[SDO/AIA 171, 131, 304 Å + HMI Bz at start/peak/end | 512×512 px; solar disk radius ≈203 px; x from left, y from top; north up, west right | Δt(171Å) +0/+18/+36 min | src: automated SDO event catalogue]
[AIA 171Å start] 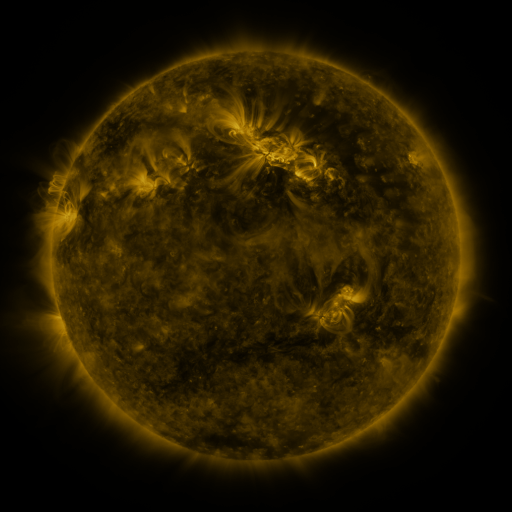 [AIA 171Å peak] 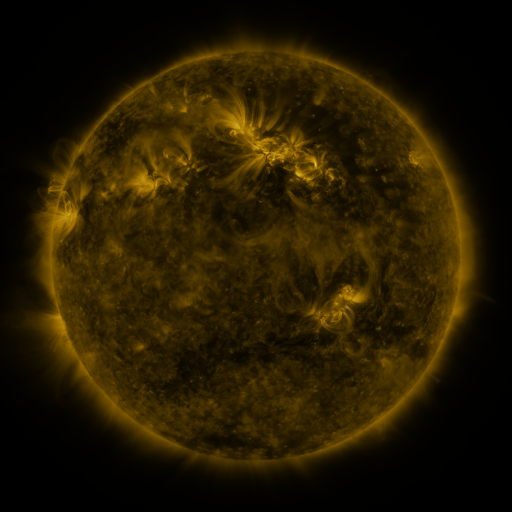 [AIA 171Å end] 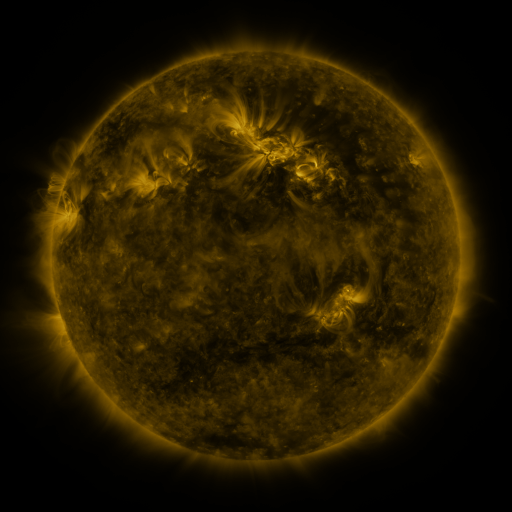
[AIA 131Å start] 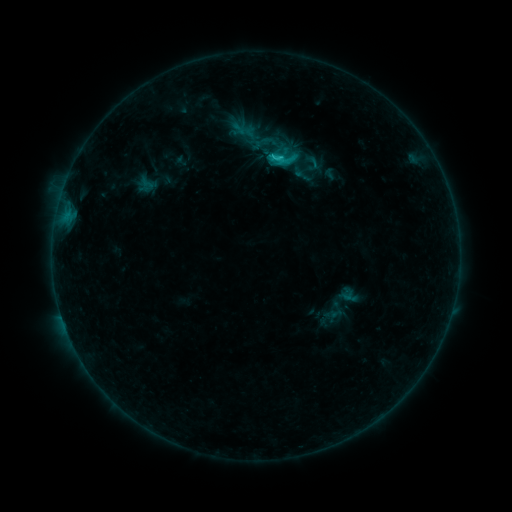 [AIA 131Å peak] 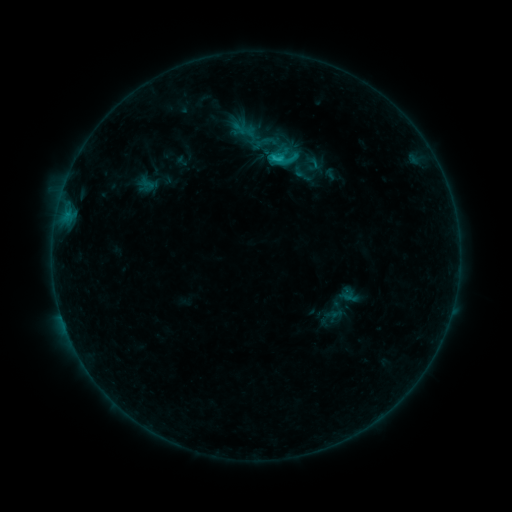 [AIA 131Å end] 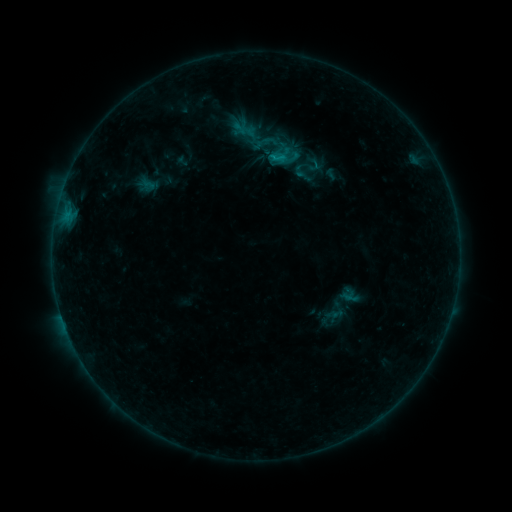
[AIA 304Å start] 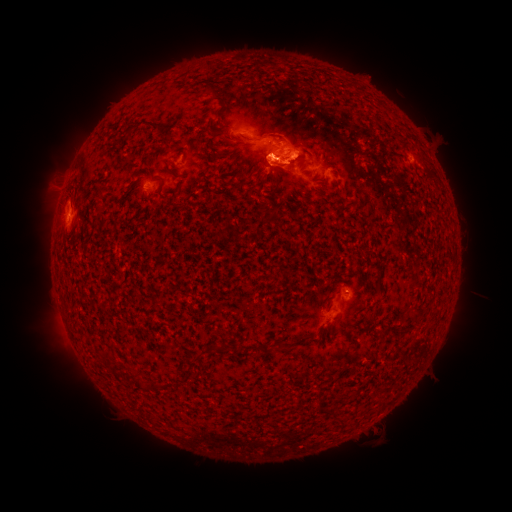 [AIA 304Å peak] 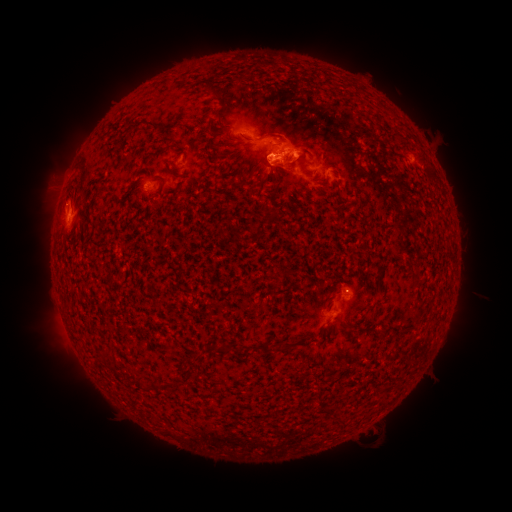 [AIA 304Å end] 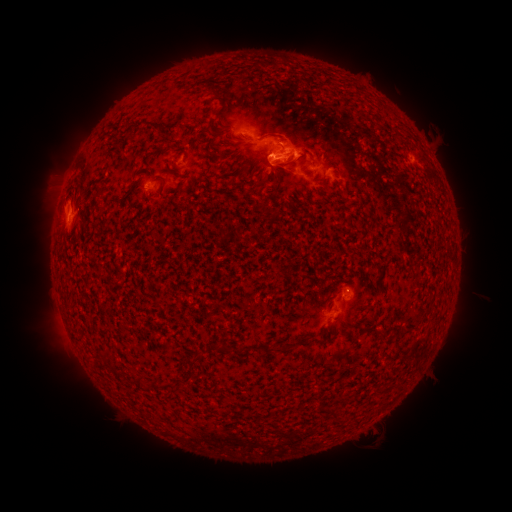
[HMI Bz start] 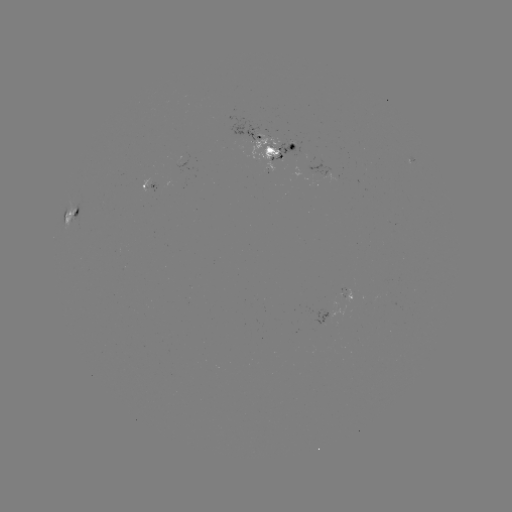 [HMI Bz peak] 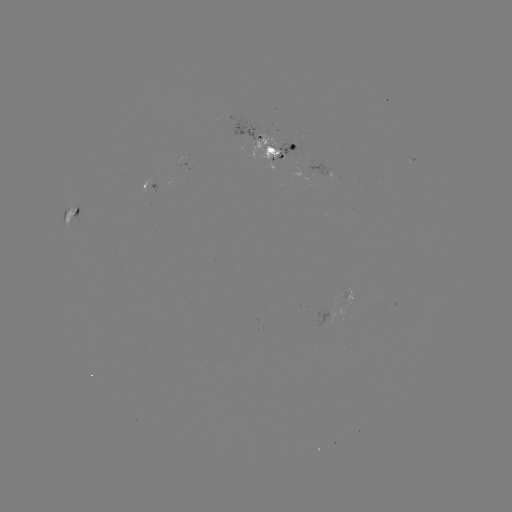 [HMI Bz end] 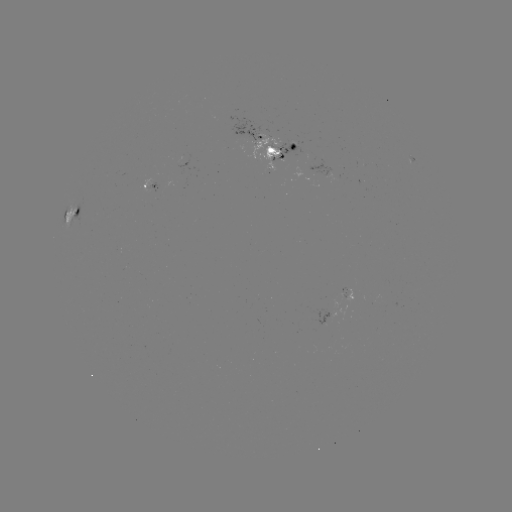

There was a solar emerging-flux region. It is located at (280, 145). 